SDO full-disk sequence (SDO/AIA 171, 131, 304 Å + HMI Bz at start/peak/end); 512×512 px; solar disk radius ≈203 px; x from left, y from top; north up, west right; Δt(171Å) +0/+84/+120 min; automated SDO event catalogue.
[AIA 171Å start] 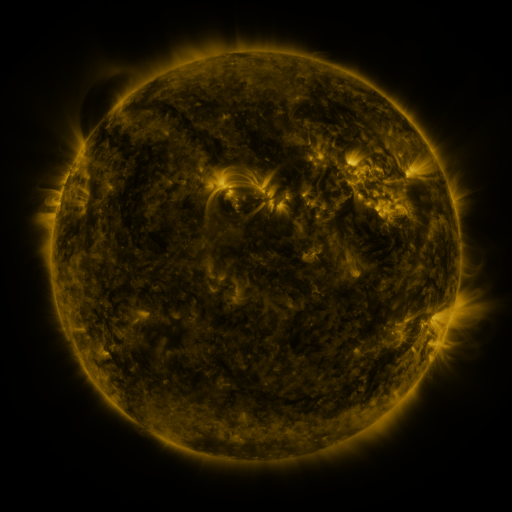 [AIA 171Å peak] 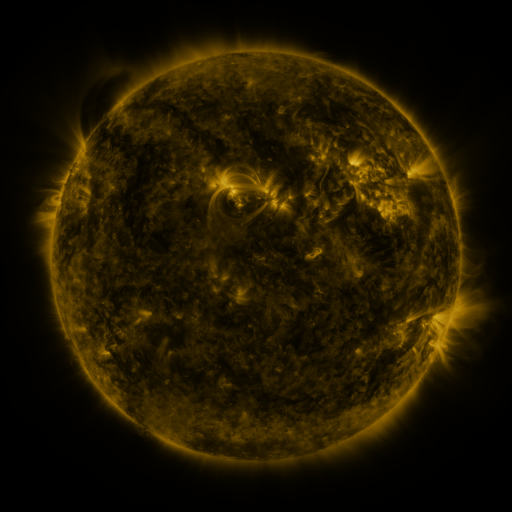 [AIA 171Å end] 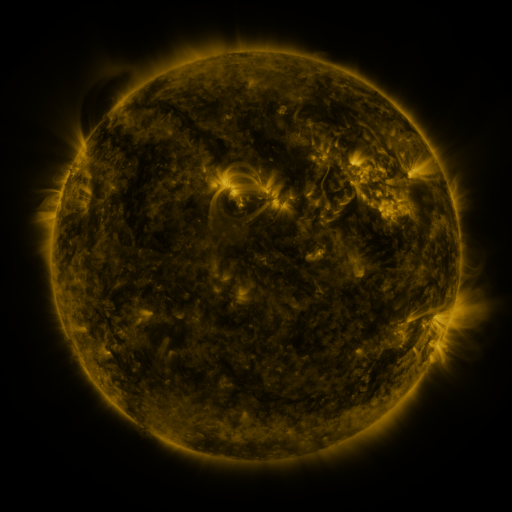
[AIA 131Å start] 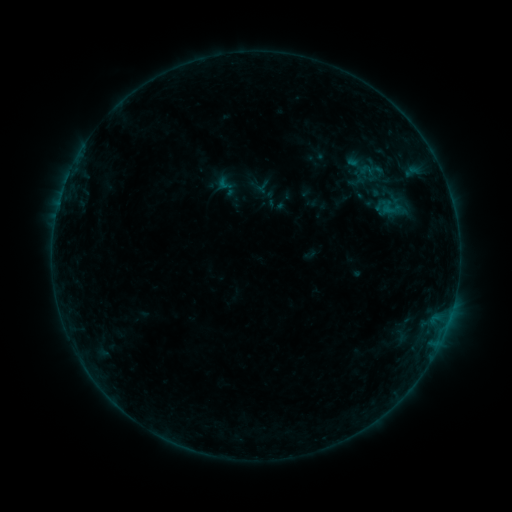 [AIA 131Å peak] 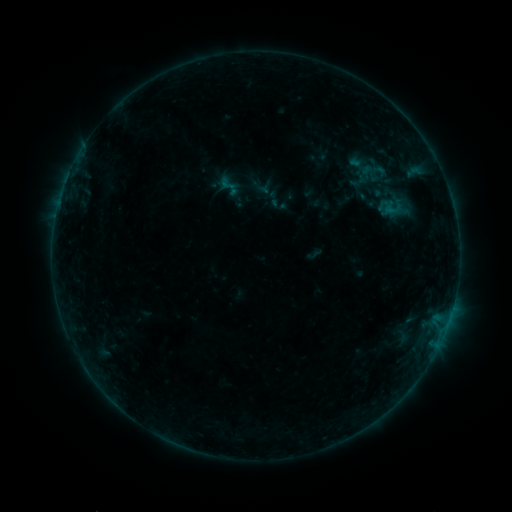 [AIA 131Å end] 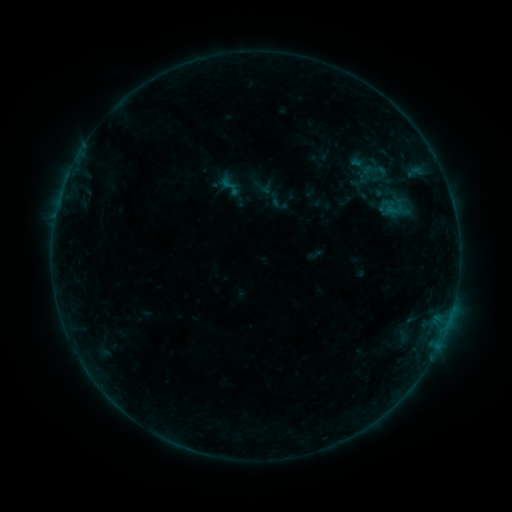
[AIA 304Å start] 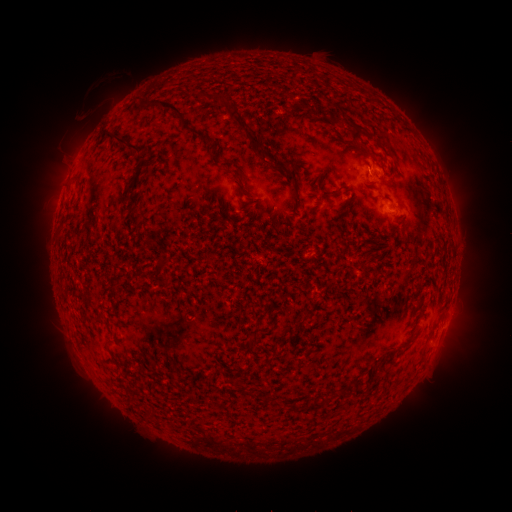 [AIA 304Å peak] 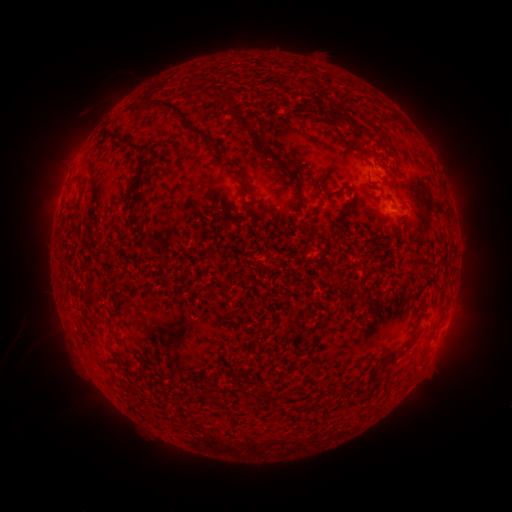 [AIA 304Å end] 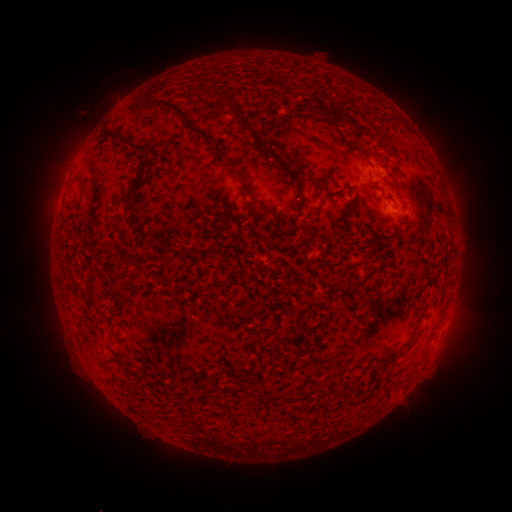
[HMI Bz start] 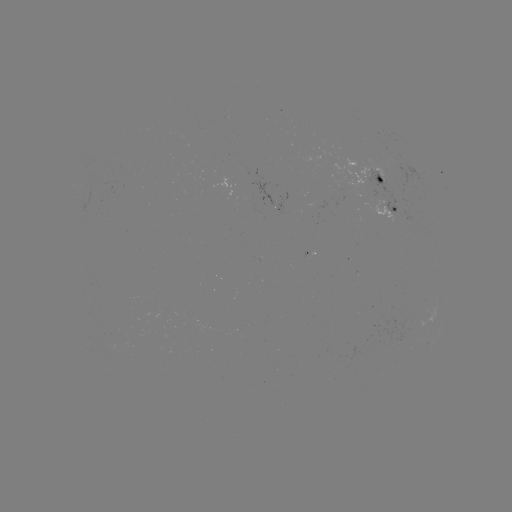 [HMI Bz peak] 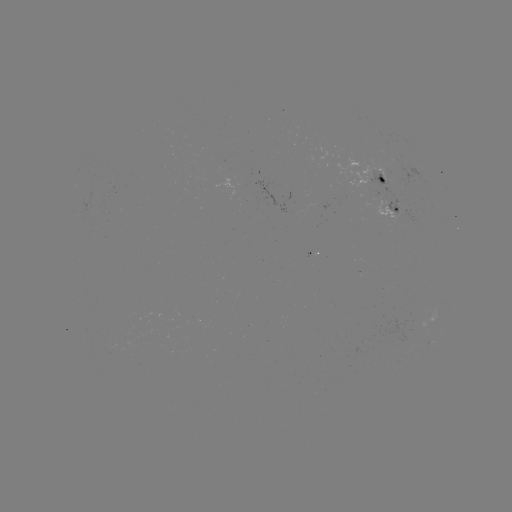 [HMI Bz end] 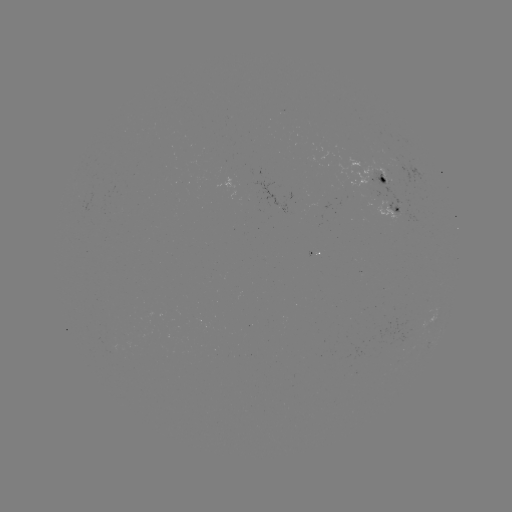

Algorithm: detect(emerging-flux region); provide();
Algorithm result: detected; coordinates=(379, 197)